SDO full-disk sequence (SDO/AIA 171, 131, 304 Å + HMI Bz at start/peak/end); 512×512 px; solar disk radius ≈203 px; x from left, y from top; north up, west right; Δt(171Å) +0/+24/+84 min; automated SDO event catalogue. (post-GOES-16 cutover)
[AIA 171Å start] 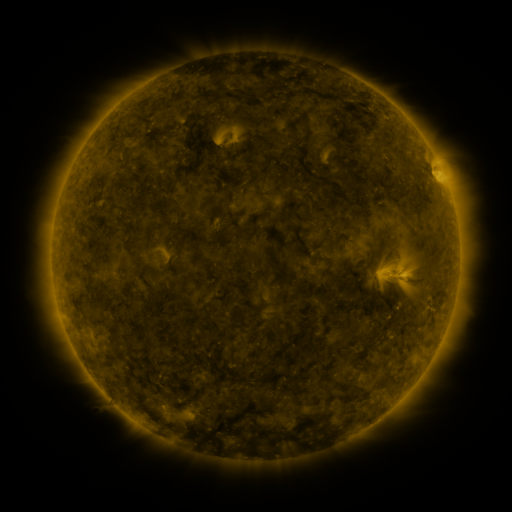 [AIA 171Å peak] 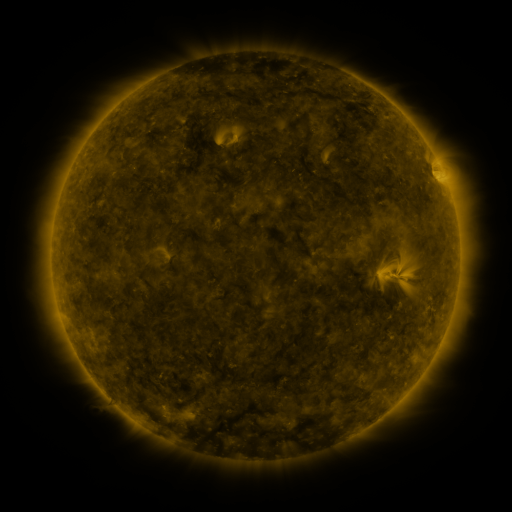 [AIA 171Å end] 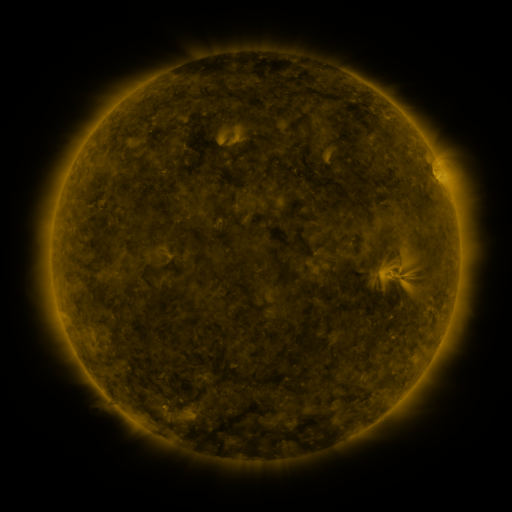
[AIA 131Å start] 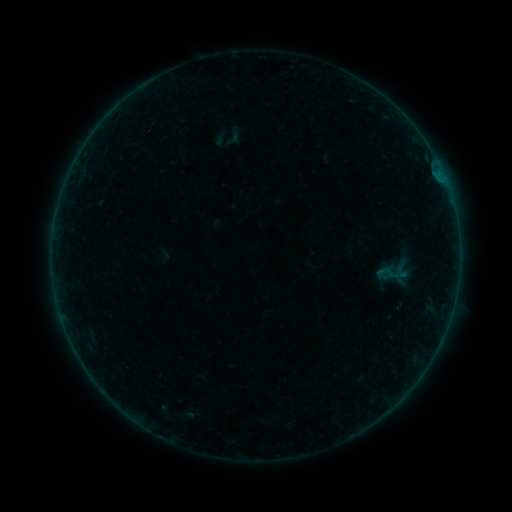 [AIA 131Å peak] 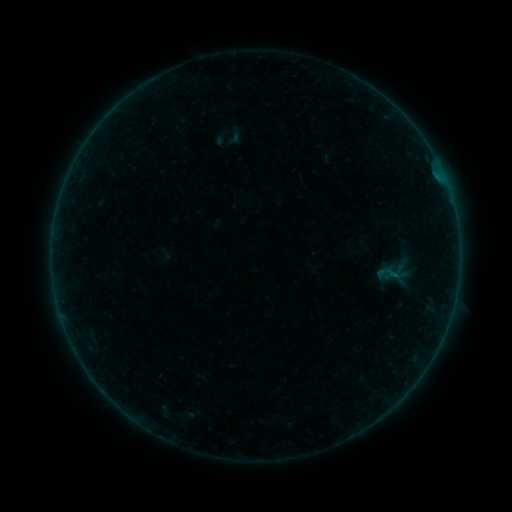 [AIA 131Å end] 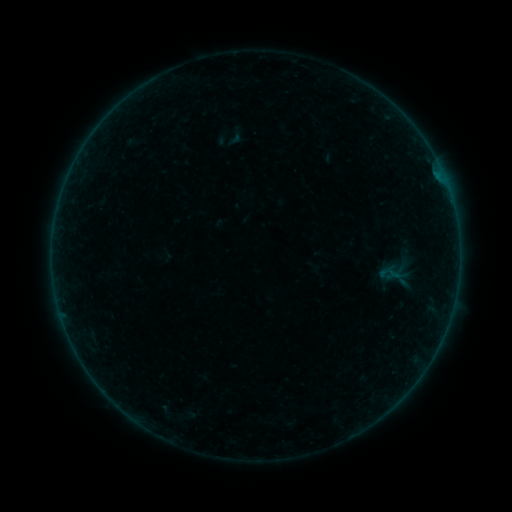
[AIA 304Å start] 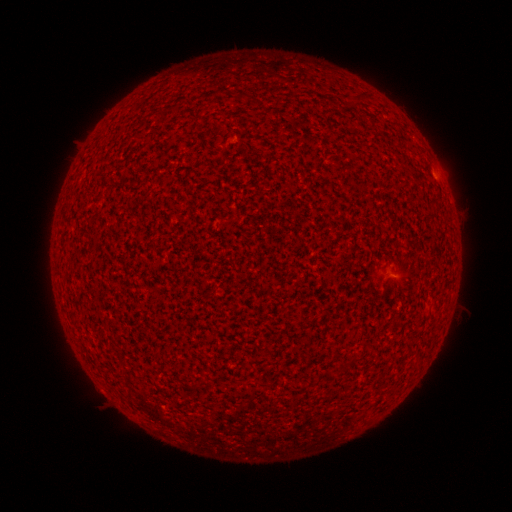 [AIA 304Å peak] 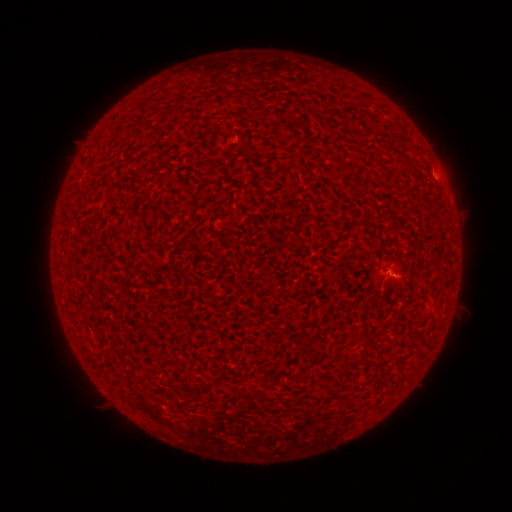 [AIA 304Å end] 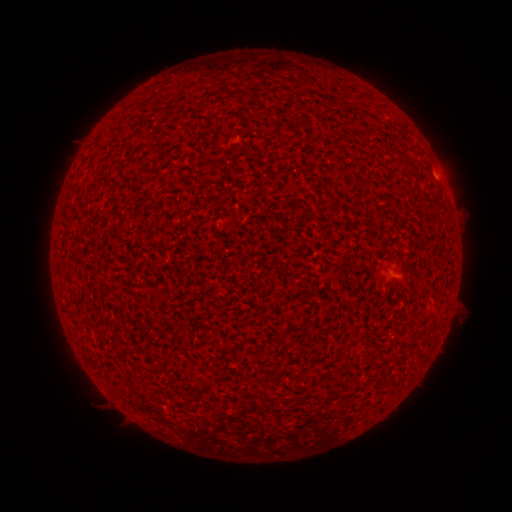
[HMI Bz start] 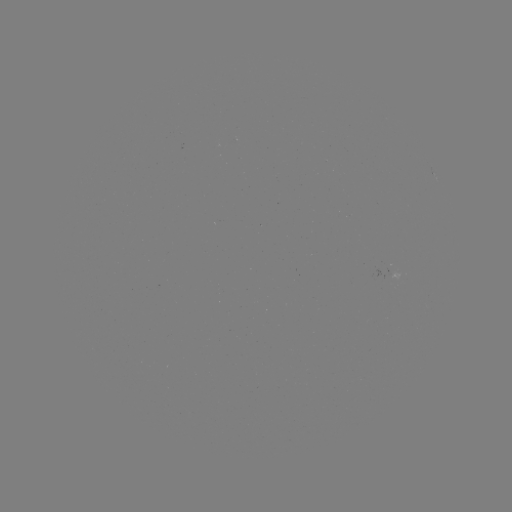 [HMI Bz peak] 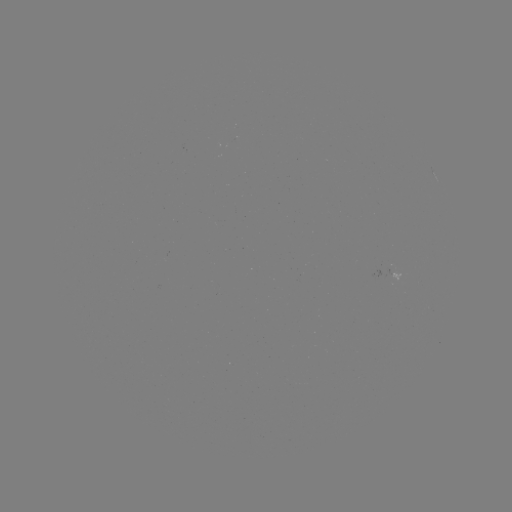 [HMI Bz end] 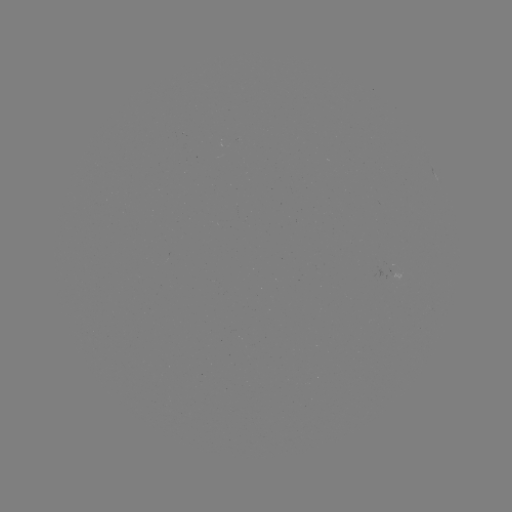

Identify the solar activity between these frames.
A8.3 flare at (393, 273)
